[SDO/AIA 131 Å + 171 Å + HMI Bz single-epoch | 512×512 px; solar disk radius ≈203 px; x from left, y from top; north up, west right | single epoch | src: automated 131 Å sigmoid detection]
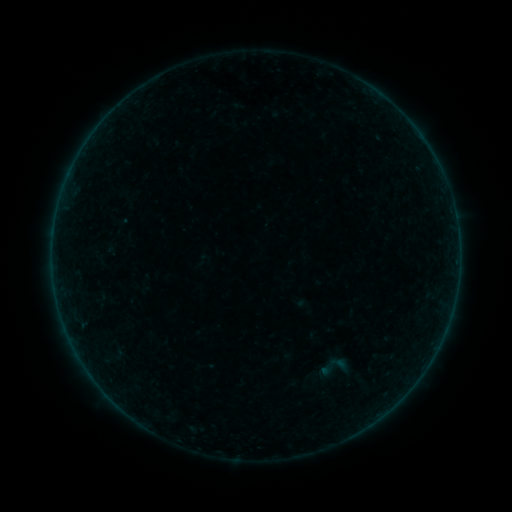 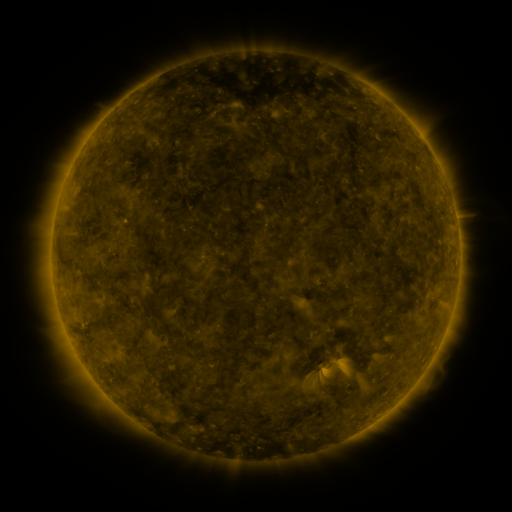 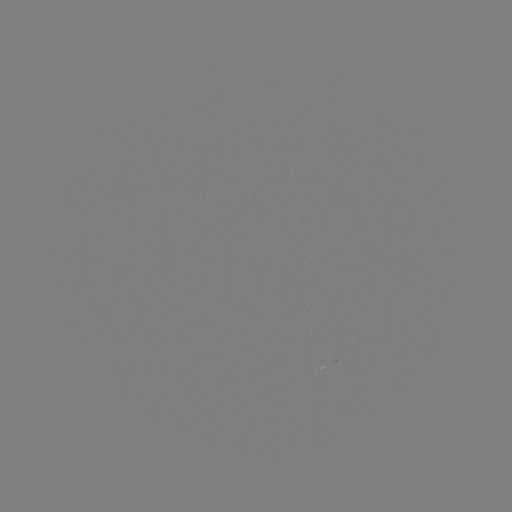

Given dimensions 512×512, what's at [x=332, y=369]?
sigmoid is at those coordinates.